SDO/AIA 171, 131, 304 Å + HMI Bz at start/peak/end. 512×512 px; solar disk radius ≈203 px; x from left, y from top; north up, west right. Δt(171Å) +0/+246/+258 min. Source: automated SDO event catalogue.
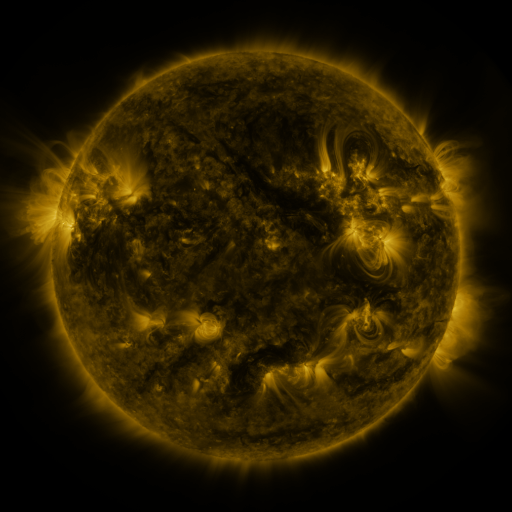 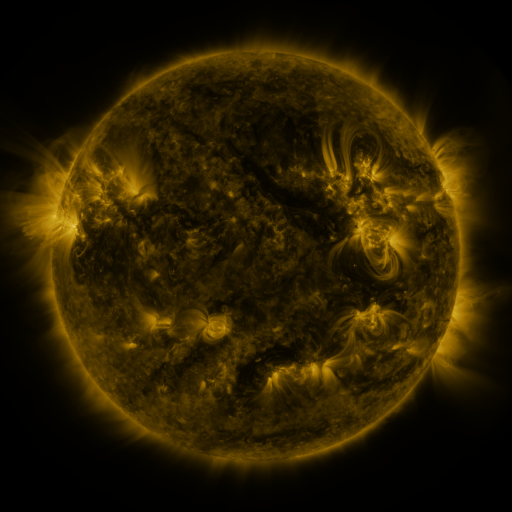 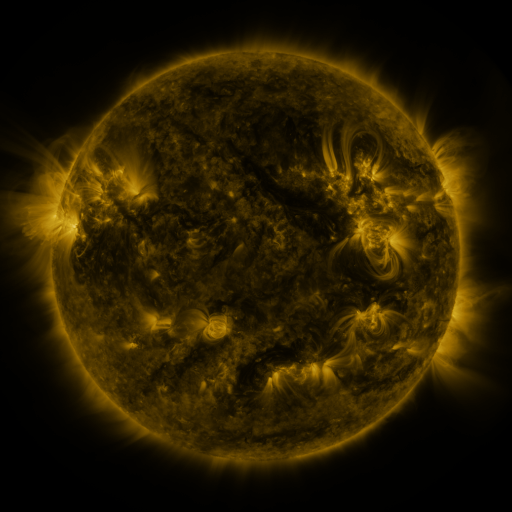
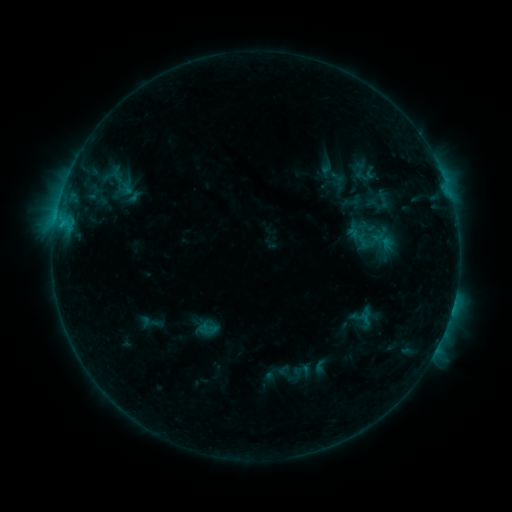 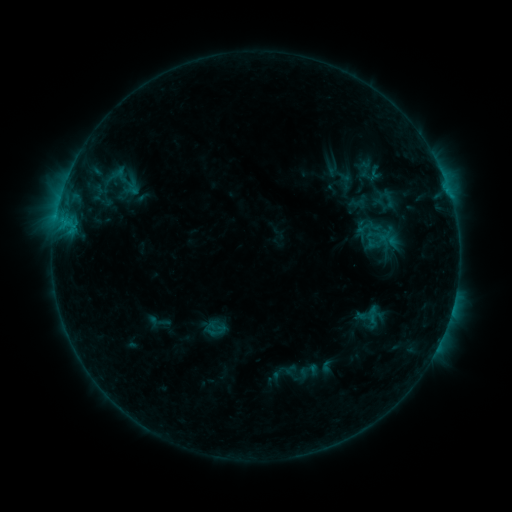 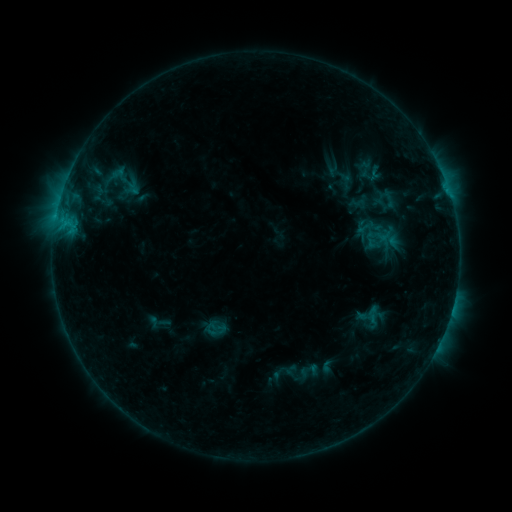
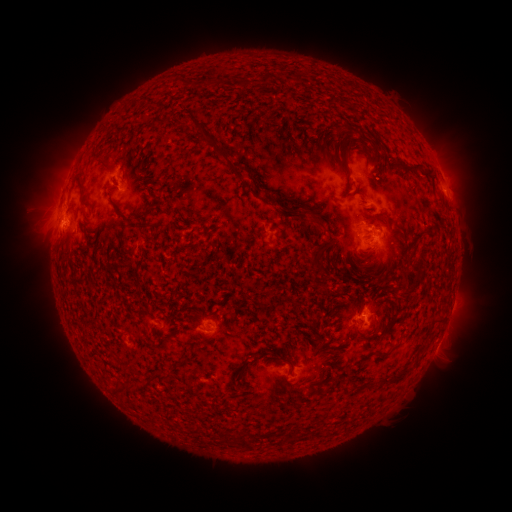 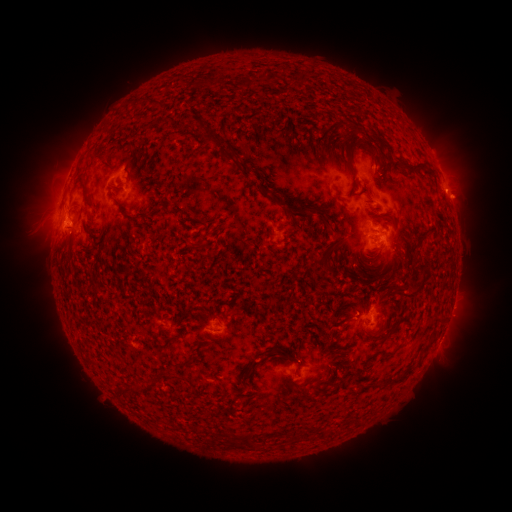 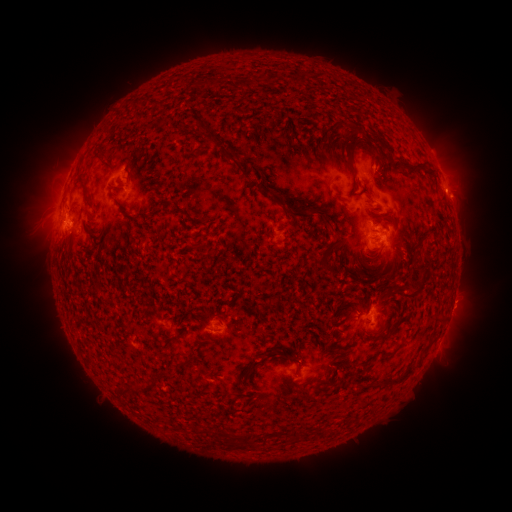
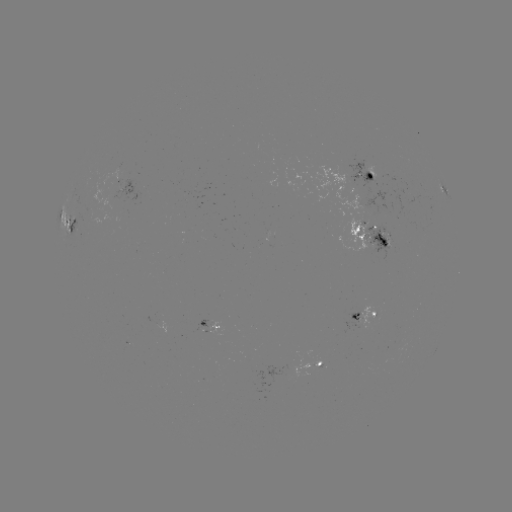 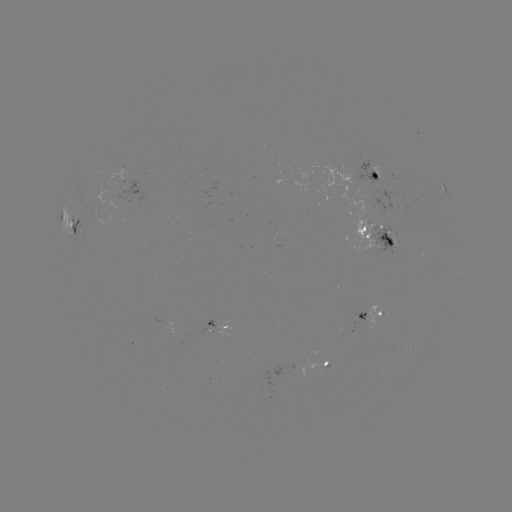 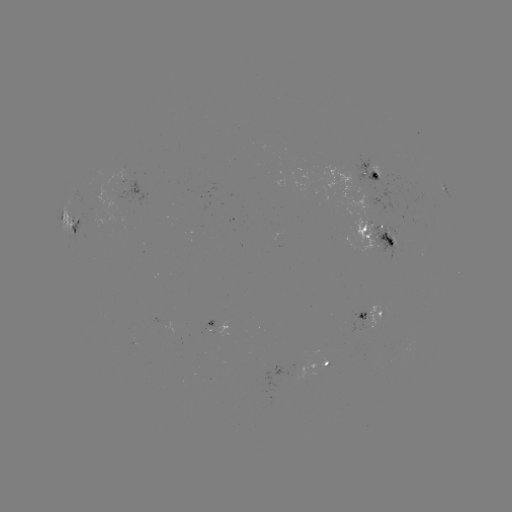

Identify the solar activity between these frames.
emerging-flux region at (374, 236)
